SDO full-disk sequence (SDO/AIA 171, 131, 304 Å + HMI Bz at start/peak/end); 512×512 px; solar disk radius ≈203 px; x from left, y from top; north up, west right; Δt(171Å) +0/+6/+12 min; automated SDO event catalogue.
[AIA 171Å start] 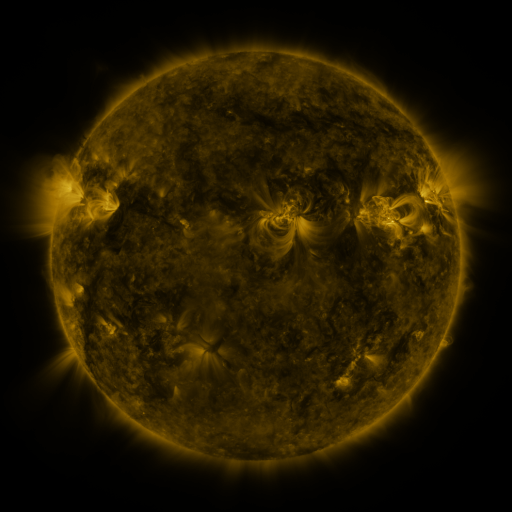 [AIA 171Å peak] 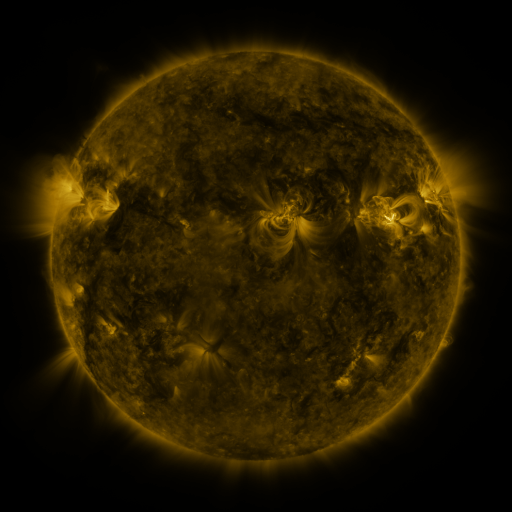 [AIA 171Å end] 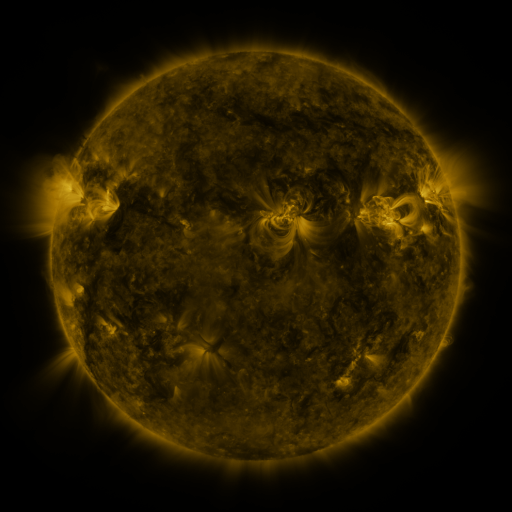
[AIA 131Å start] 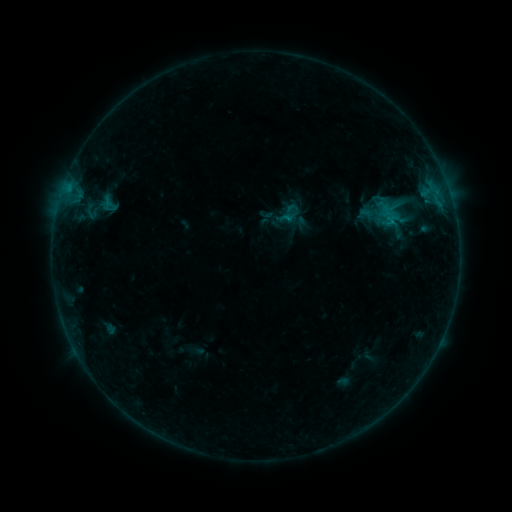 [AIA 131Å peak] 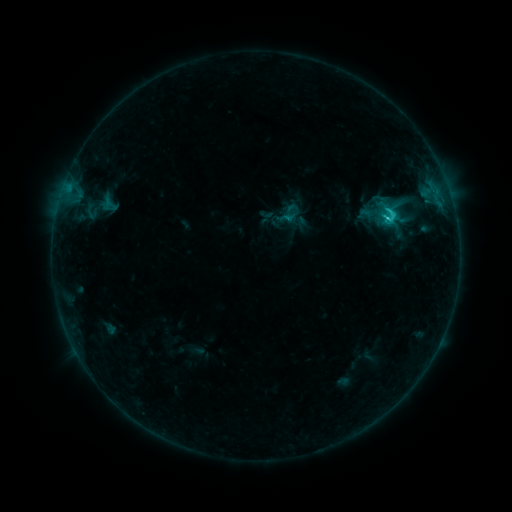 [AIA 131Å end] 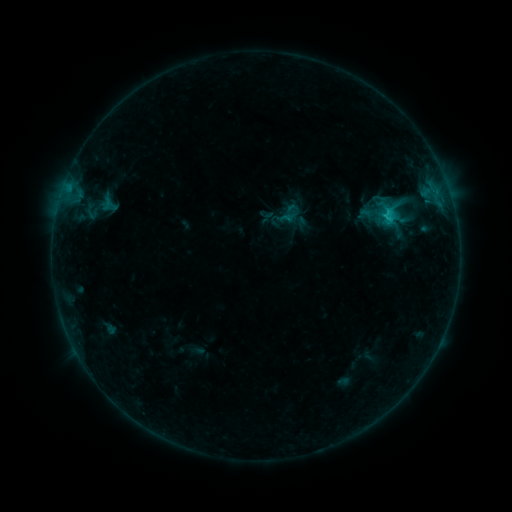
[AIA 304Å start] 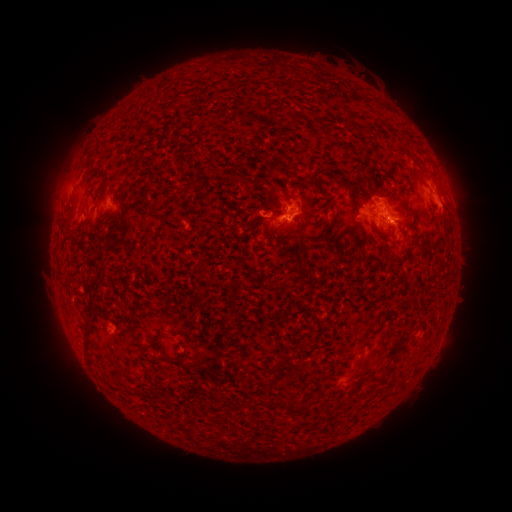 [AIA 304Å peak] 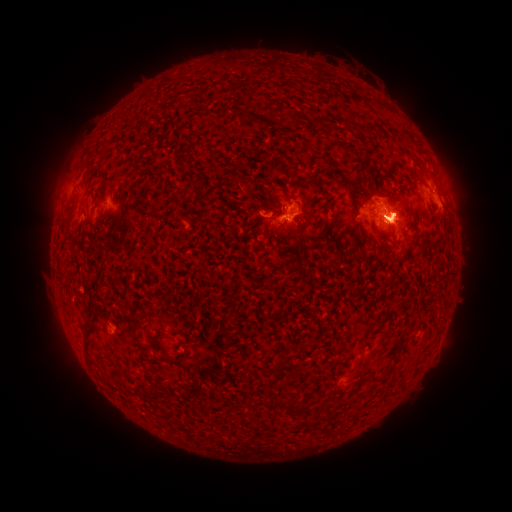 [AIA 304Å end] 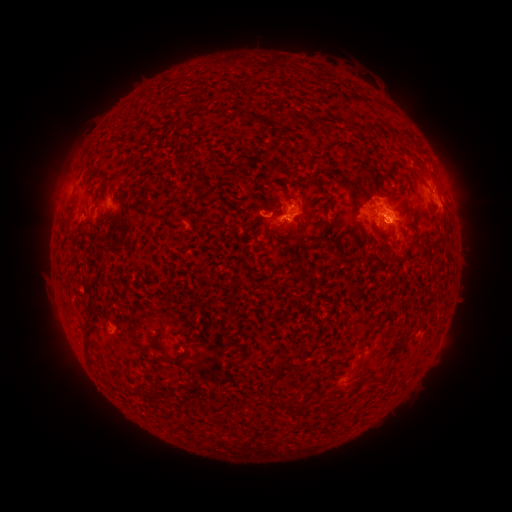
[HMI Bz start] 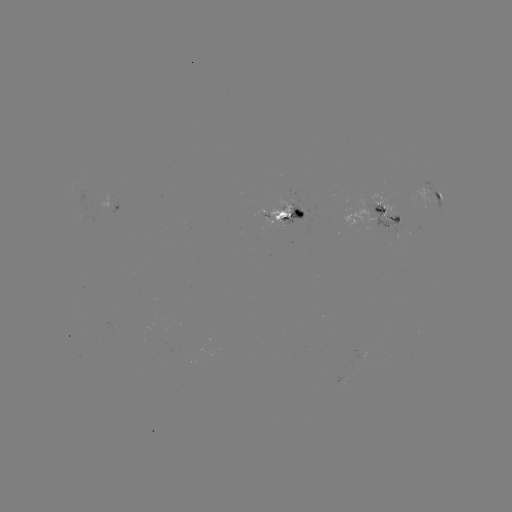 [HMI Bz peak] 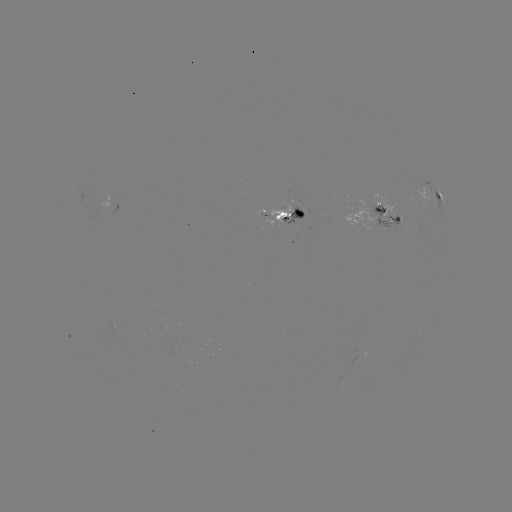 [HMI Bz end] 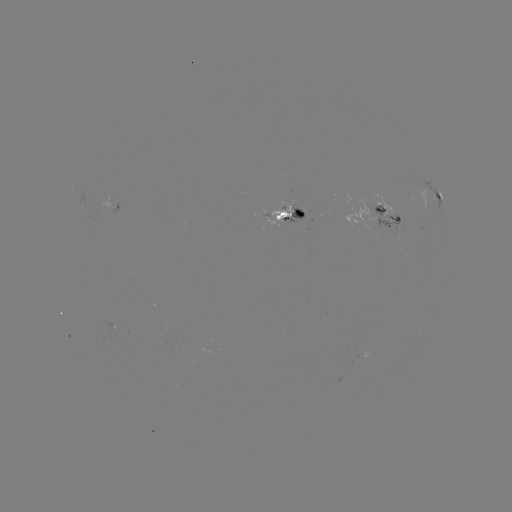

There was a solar flare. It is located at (385, 222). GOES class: C1.6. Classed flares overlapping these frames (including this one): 1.